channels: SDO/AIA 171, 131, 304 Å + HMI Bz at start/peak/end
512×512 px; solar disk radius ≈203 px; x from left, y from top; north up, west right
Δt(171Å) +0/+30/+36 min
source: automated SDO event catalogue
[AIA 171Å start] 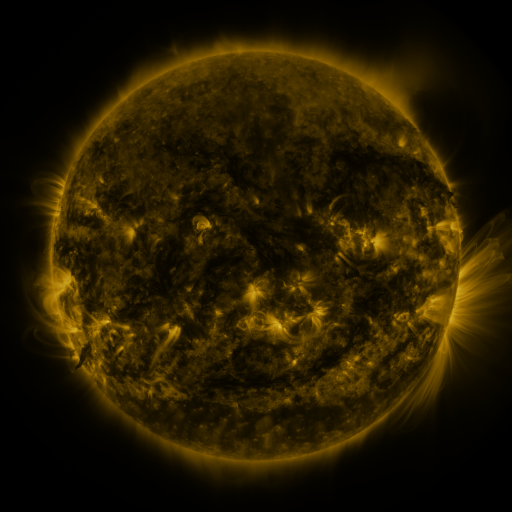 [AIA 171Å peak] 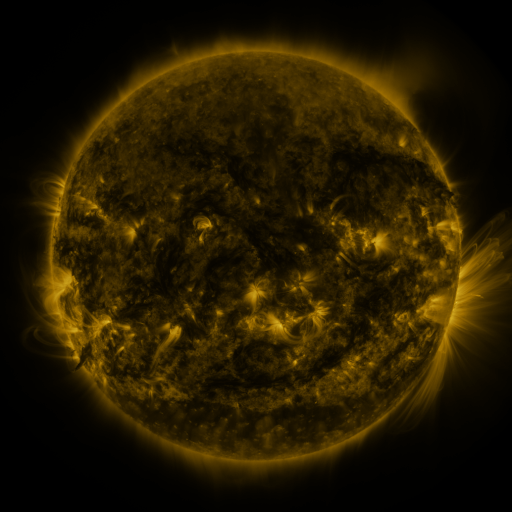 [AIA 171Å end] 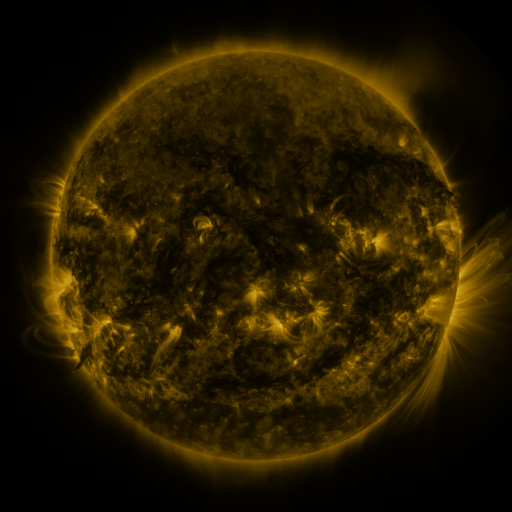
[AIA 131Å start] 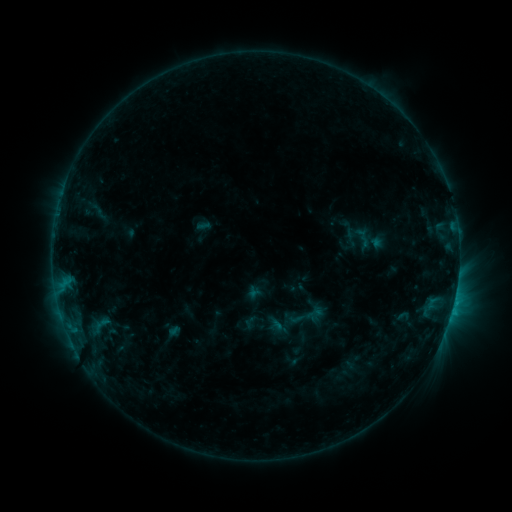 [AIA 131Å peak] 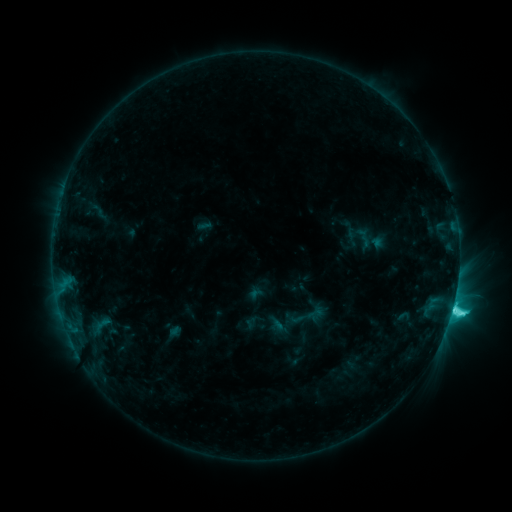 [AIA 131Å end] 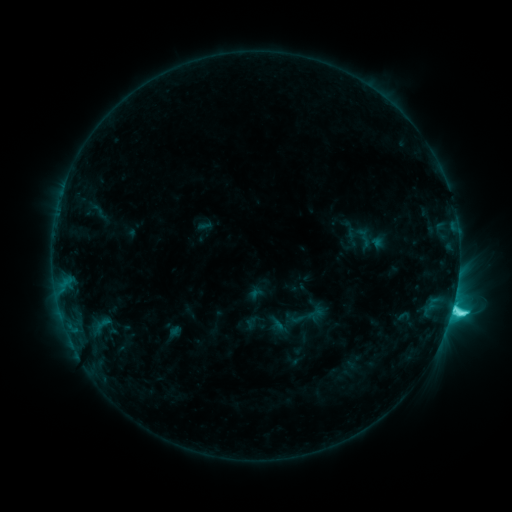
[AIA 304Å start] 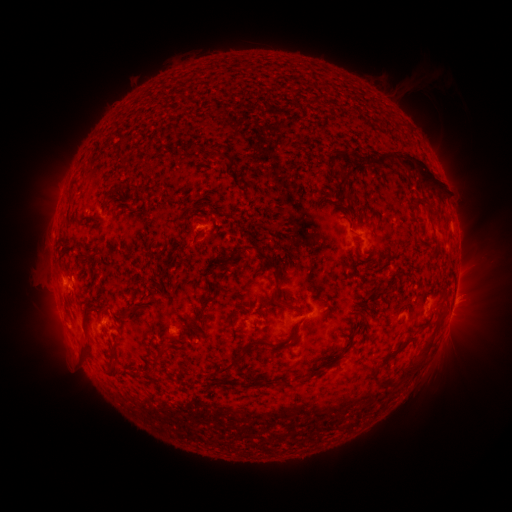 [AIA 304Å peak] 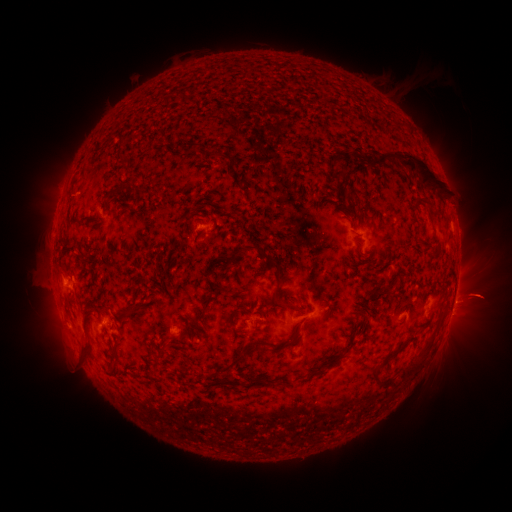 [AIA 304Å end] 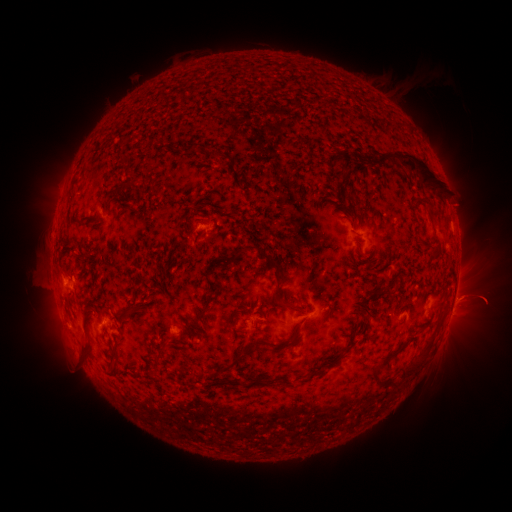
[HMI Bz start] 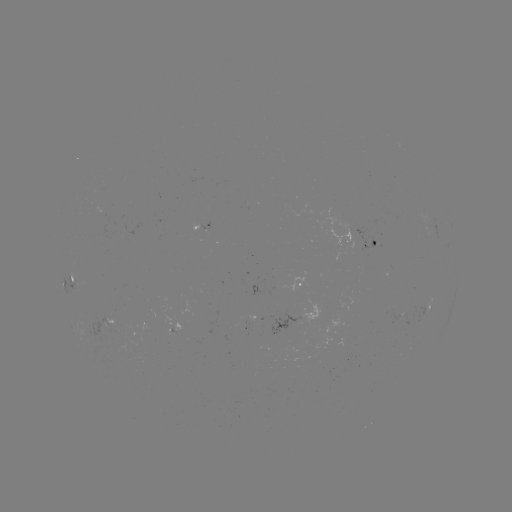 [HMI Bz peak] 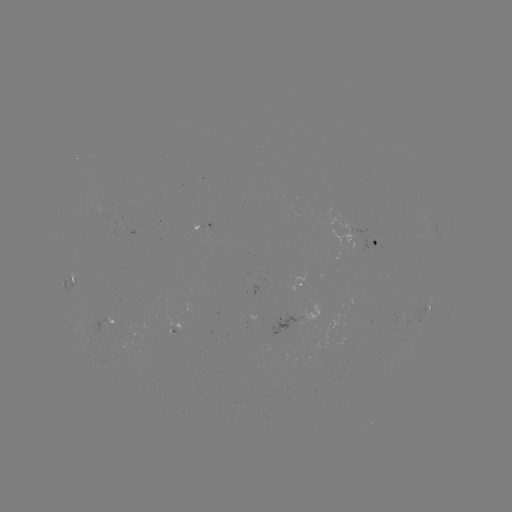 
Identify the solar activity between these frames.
C8.2 flare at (452, 308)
